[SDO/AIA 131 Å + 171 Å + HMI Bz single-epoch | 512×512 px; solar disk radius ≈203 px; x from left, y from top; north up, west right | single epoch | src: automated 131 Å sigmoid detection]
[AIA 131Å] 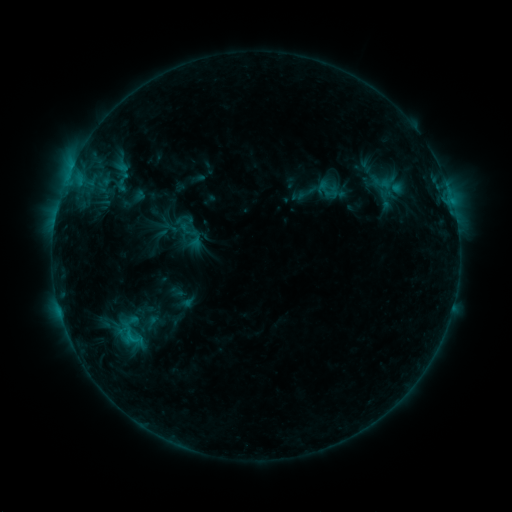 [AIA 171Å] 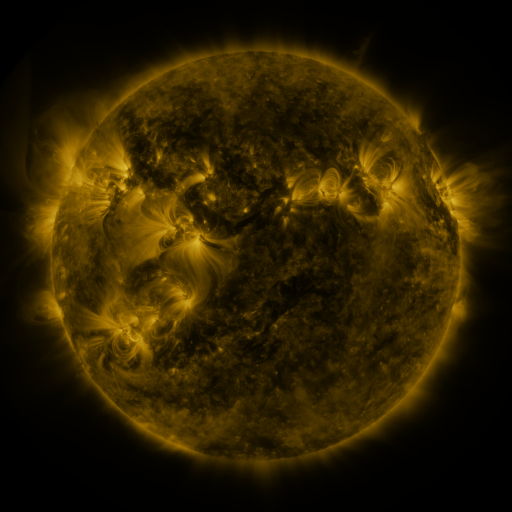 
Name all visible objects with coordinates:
sigmoid: (323, 189)
sigmoid: (191, 236)
